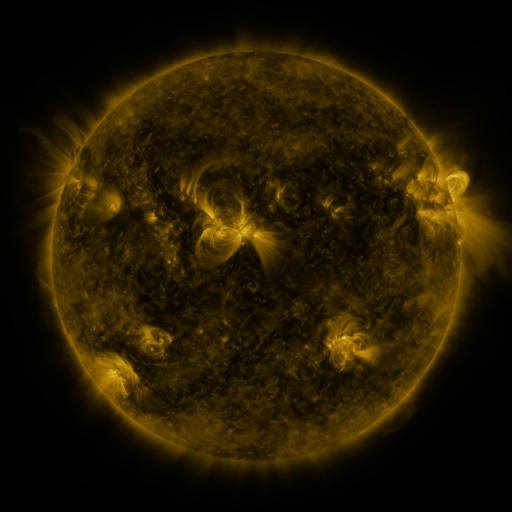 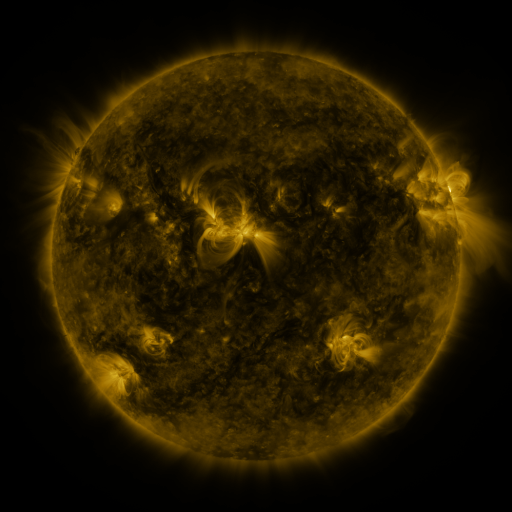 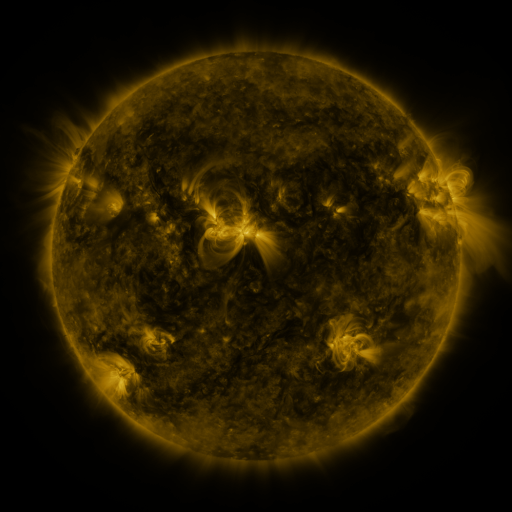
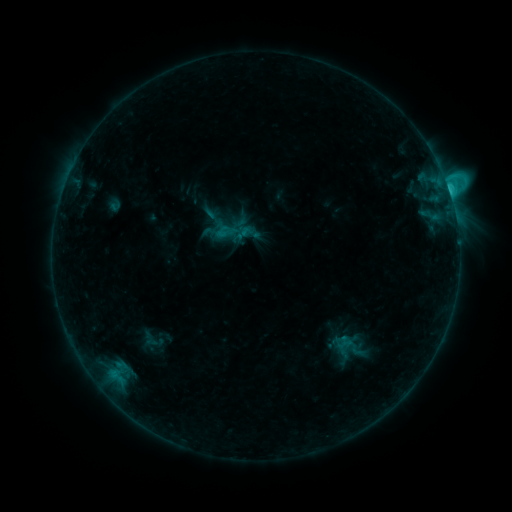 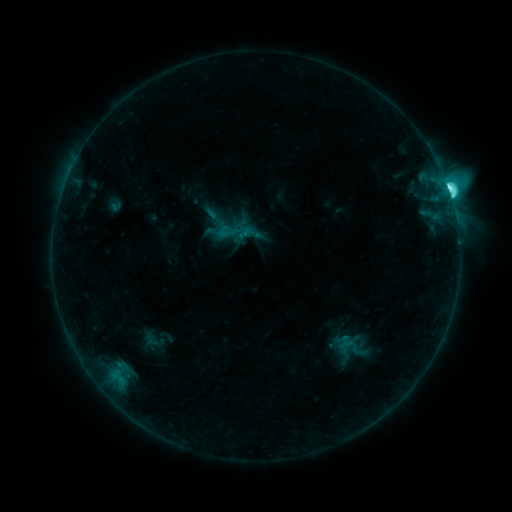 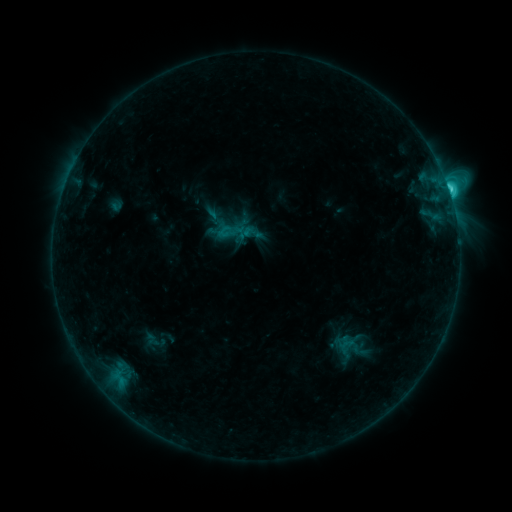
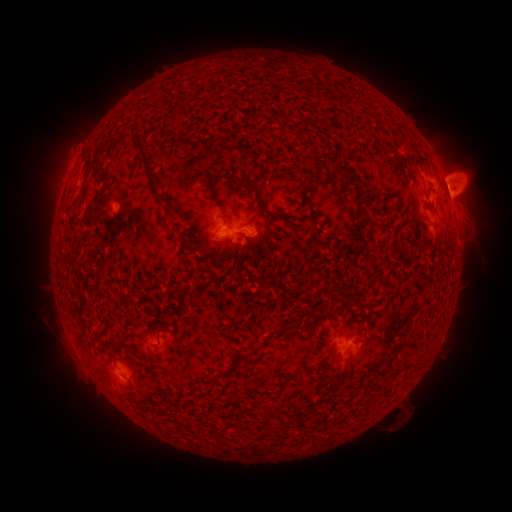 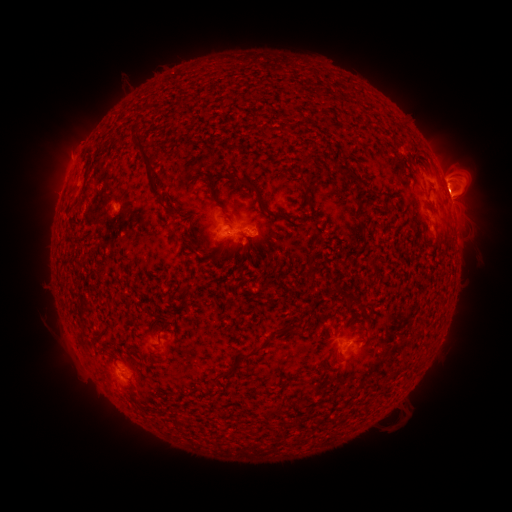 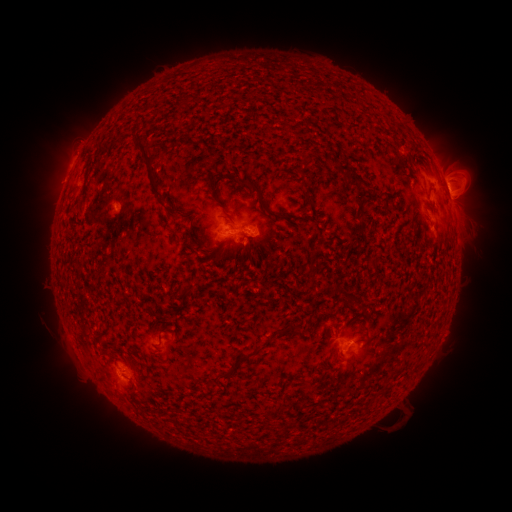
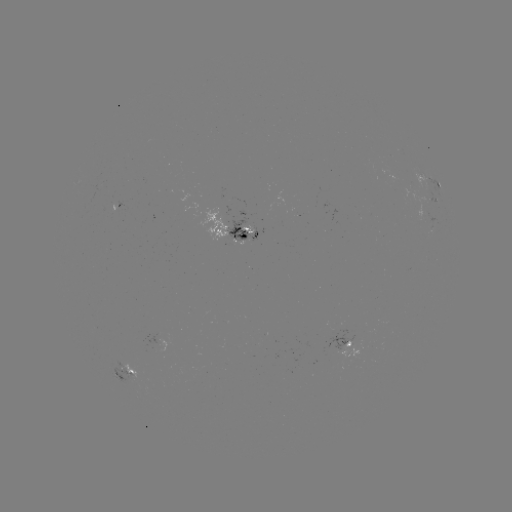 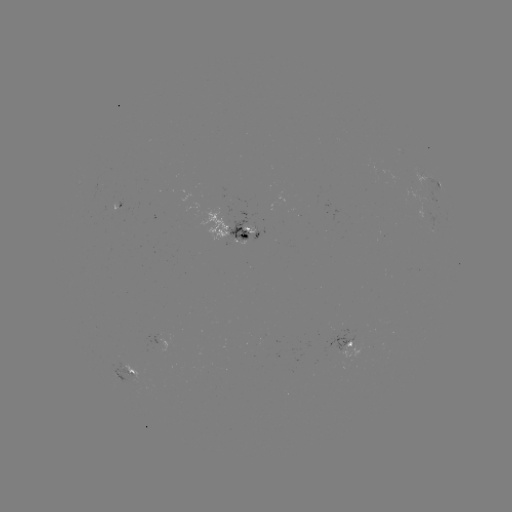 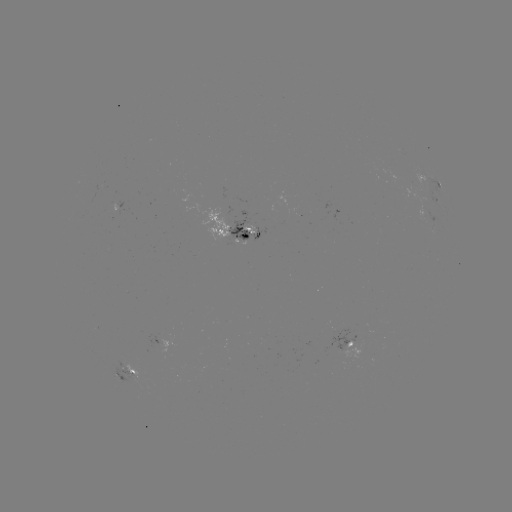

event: flare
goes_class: M1.2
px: (449, 194)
